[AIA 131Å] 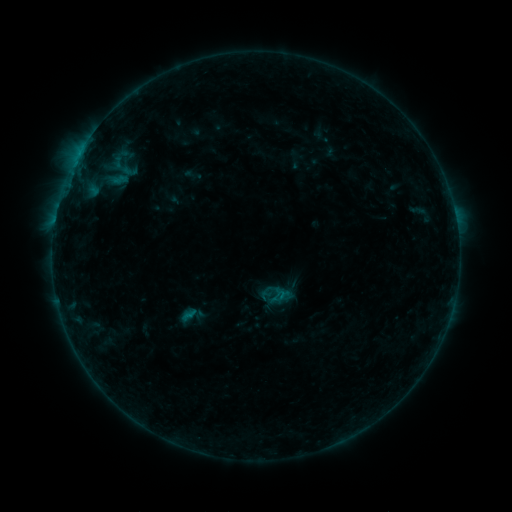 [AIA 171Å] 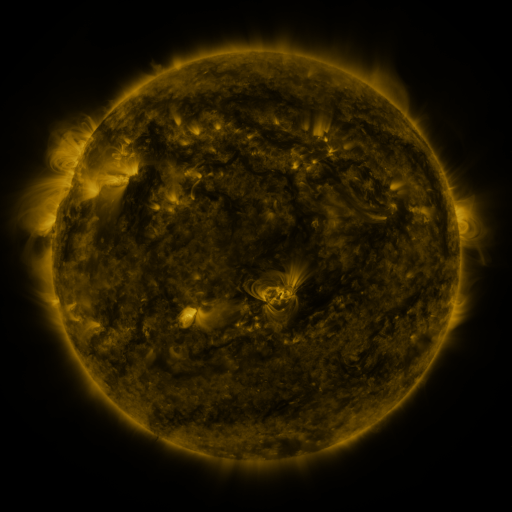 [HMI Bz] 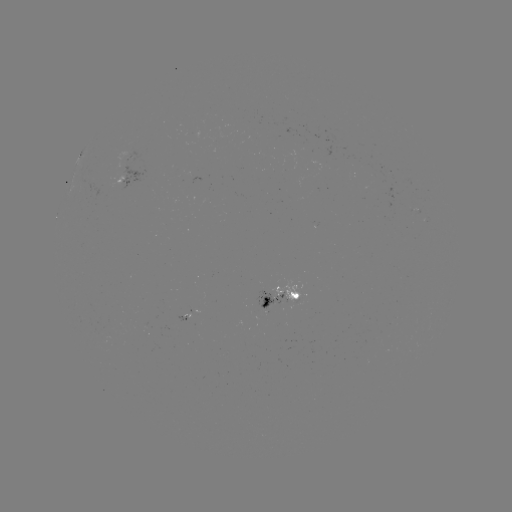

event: sigmoid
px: (274, 295)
